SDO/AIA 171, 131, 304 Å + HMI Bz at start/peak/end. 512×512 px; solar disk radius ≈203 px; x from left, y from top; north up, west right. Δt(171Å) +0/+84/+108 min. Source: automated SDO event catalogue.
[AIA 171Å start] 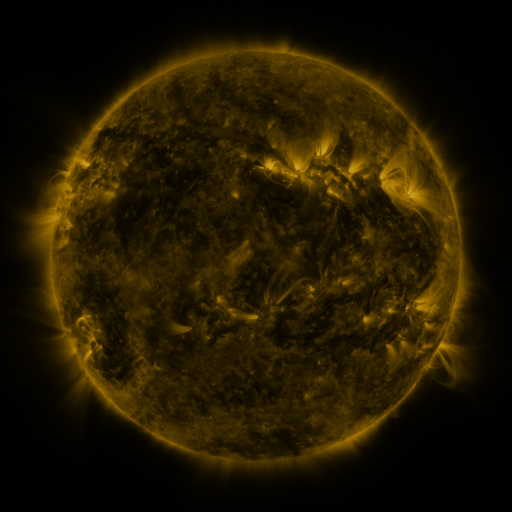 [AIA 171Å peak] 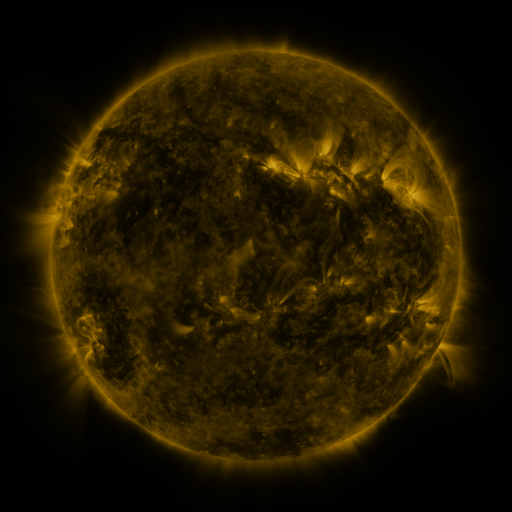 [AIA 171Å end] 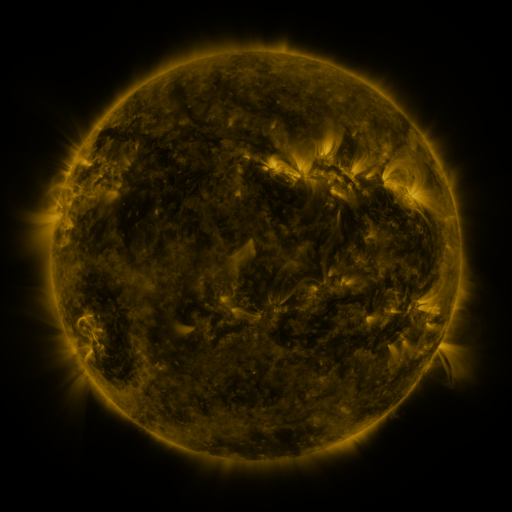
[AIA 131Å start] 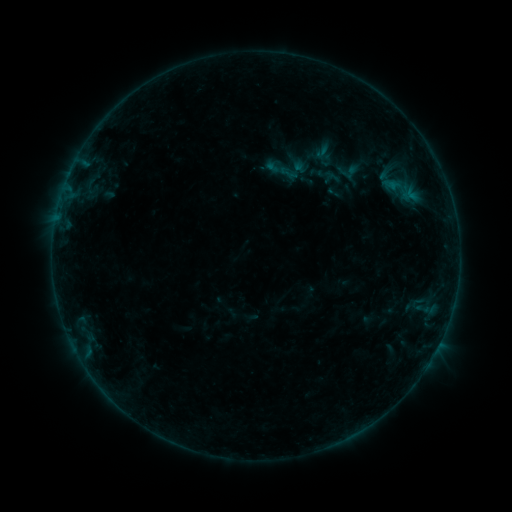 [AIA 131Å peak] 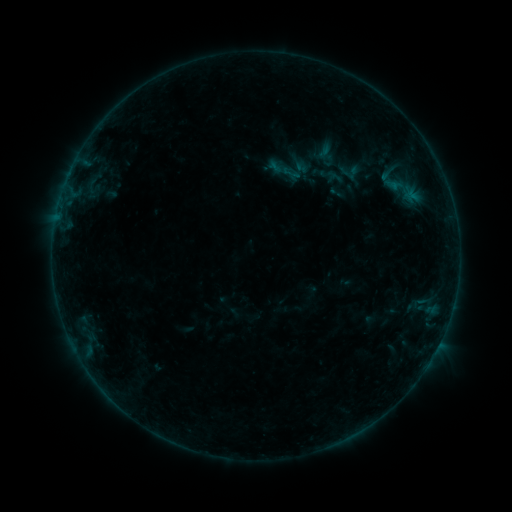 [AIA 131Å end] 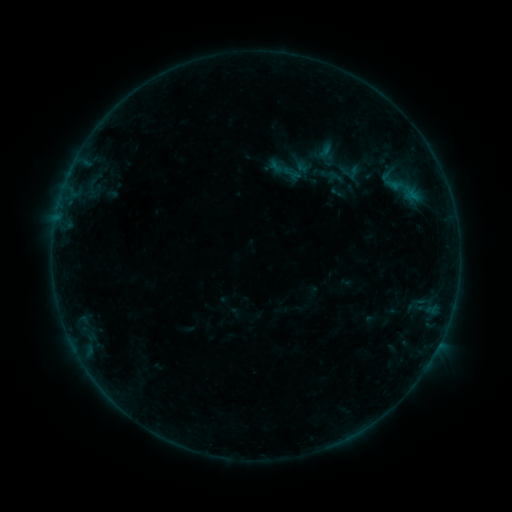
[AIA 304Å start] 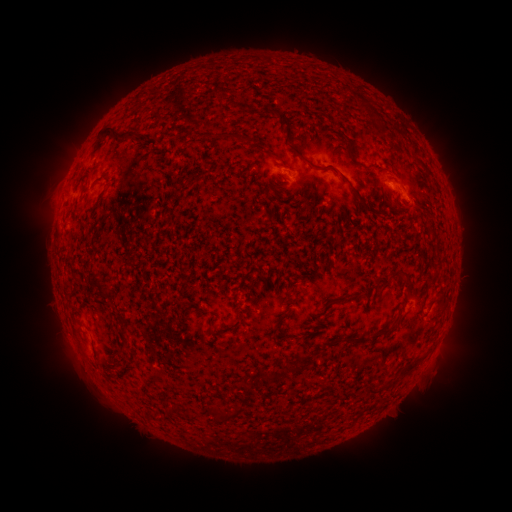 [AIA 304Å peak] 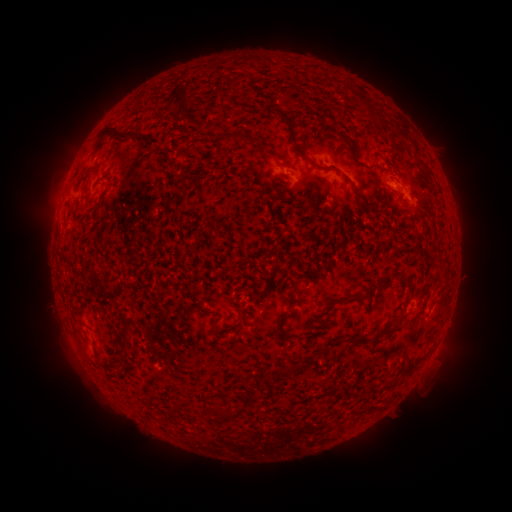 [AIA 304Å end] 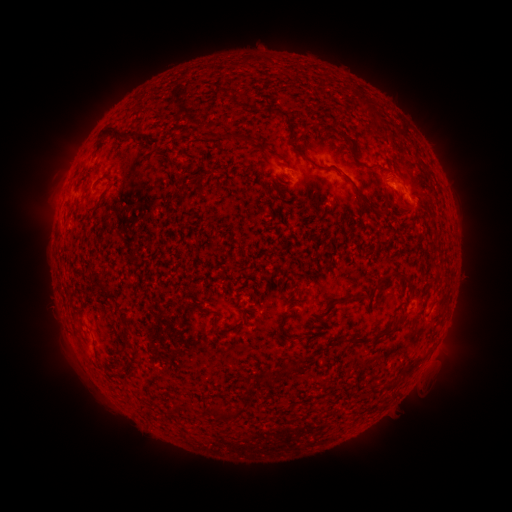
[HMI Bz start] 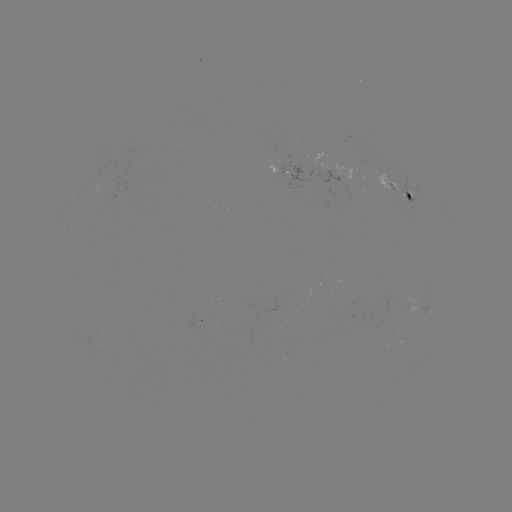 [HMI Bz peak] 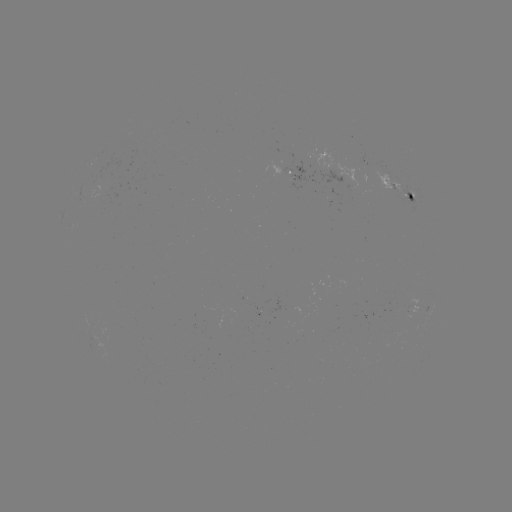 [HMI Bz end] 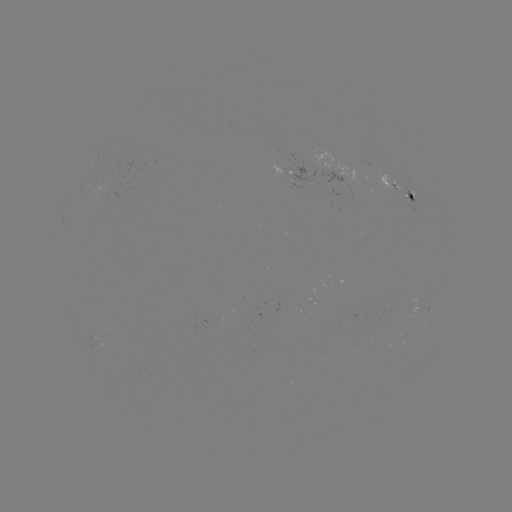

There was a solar emerging-flux region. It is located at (102, 191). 